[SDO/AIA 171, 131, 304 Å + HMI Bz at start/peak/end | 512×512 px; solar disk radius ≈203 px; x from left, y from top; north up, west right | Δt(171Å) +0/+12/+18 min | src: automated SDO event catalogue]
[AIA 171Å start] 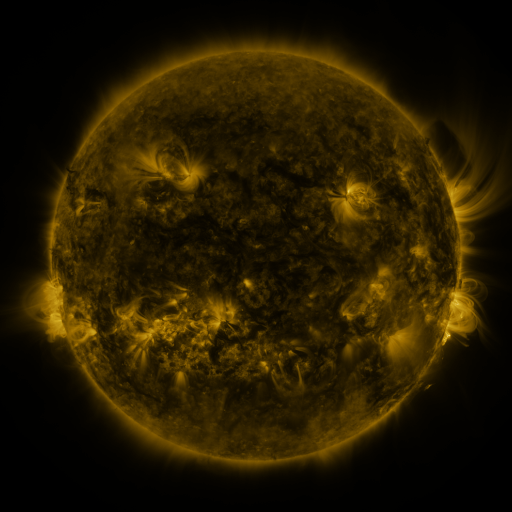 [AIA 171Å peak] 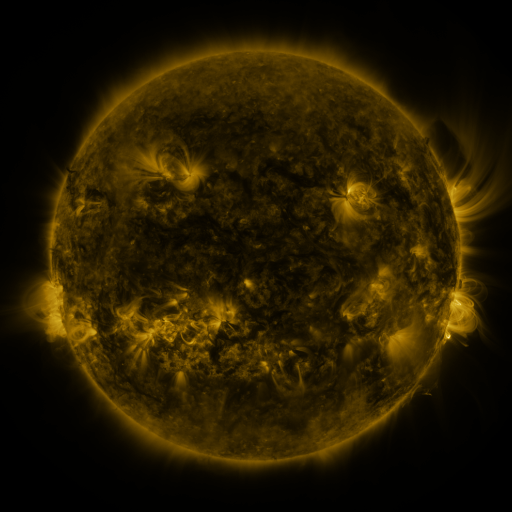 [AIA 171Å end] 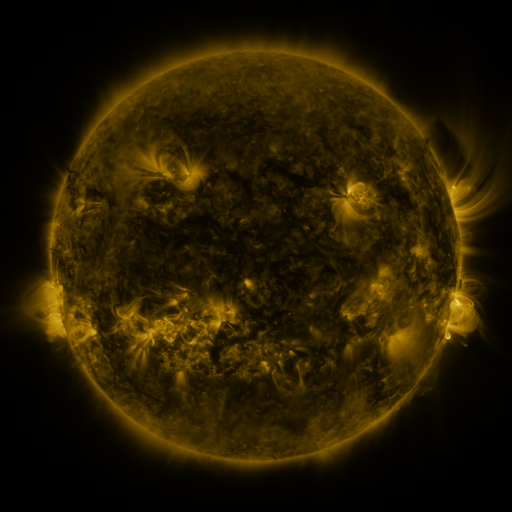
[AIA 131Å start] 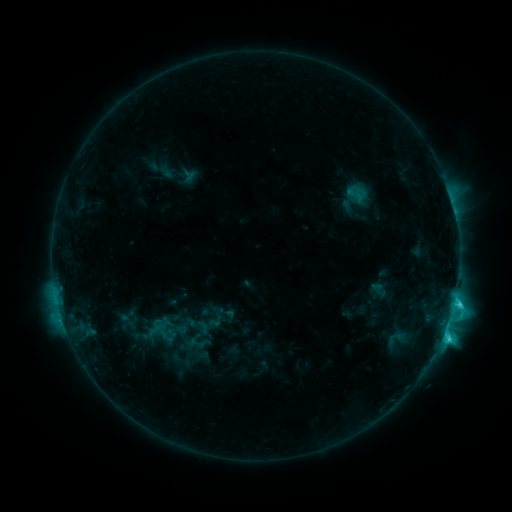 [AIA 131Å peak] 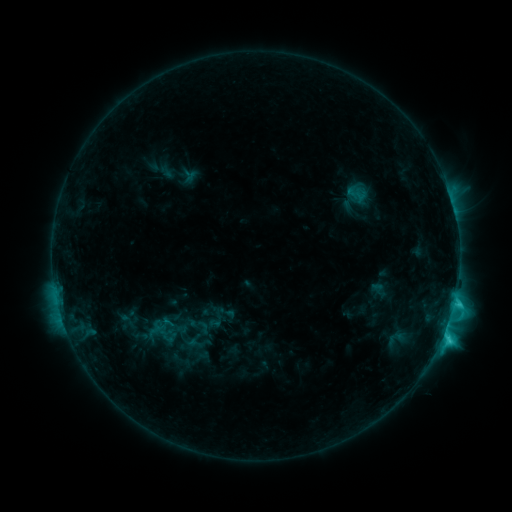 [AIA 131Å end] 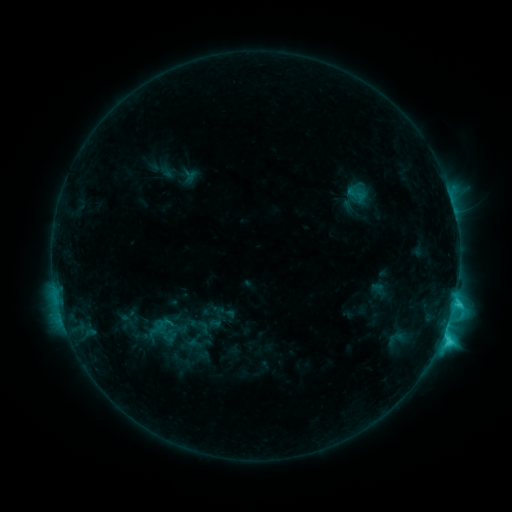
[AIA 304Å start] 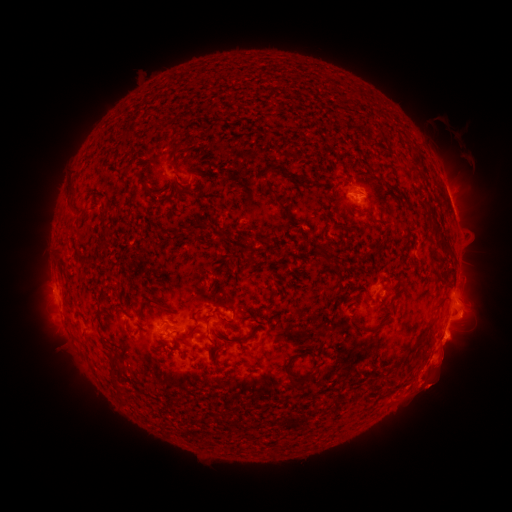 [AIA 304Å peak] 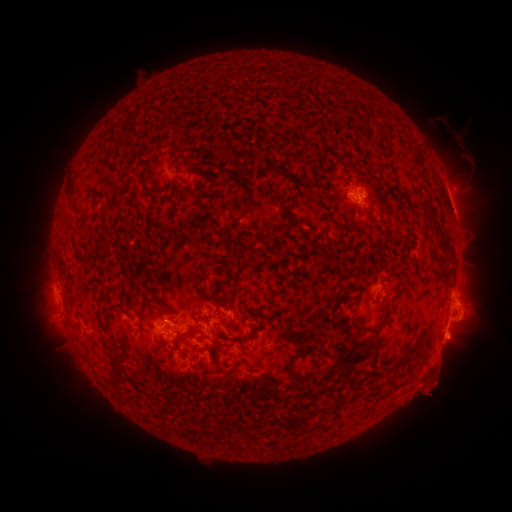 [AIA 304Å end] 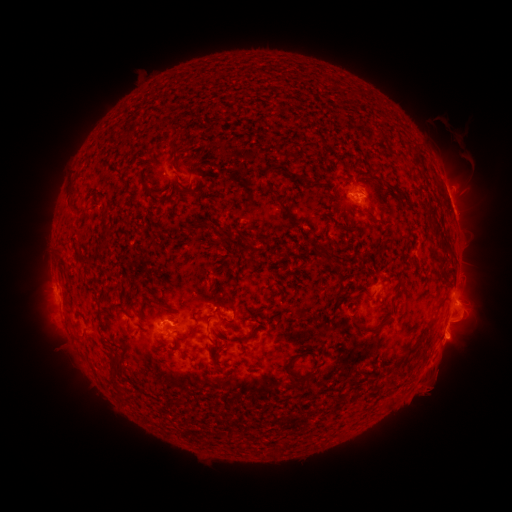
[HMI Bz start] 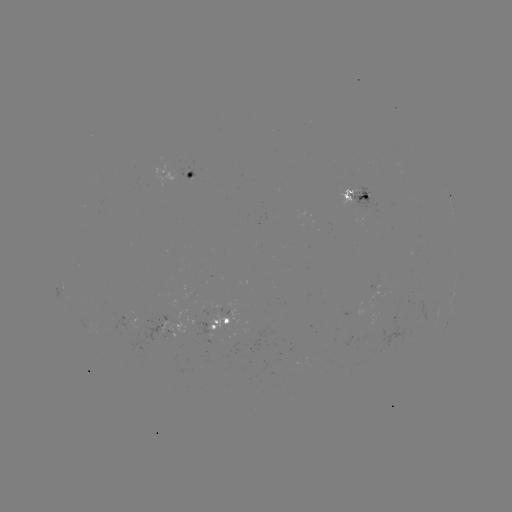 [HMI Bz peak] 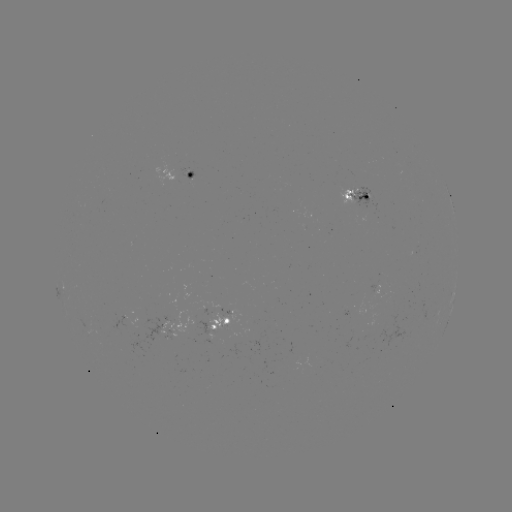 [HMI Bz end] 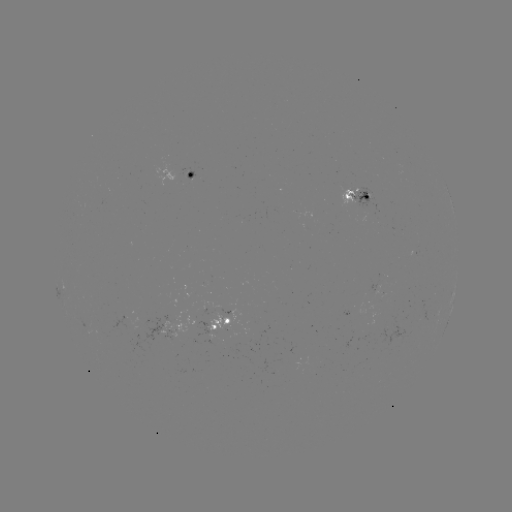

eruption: [375, 358, 461, 417]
